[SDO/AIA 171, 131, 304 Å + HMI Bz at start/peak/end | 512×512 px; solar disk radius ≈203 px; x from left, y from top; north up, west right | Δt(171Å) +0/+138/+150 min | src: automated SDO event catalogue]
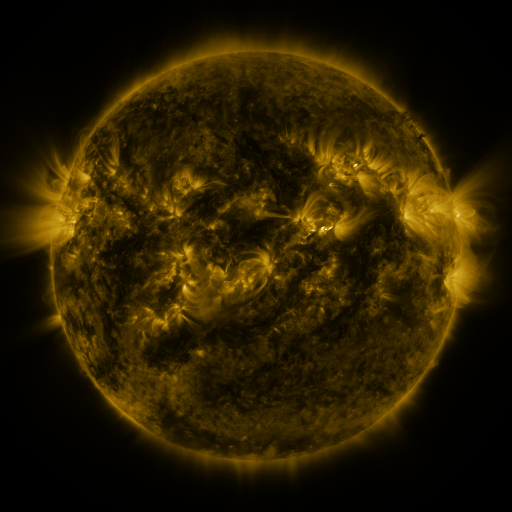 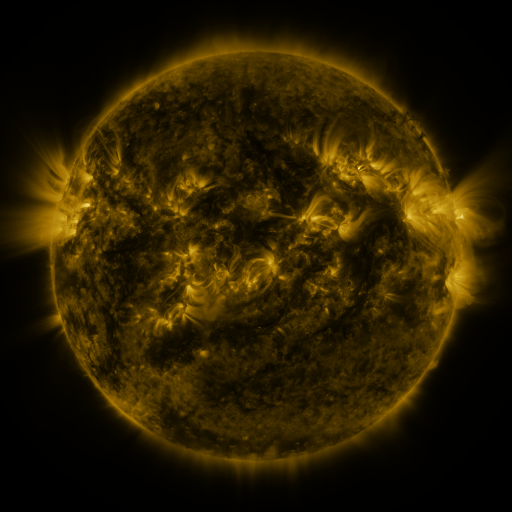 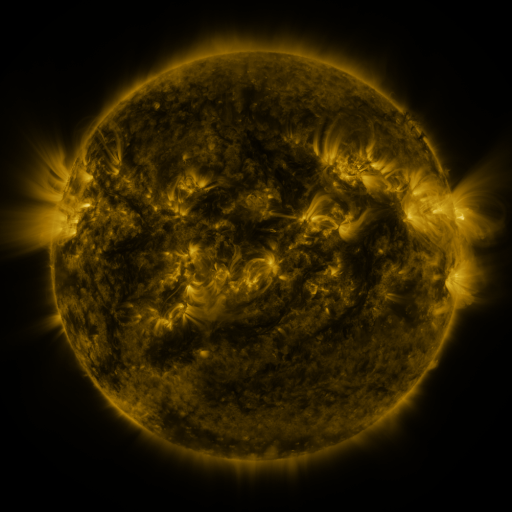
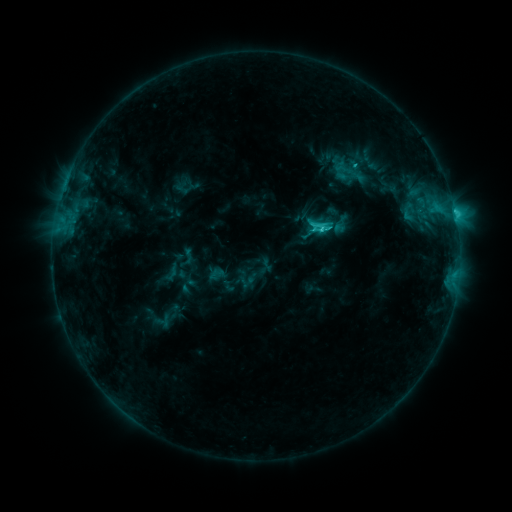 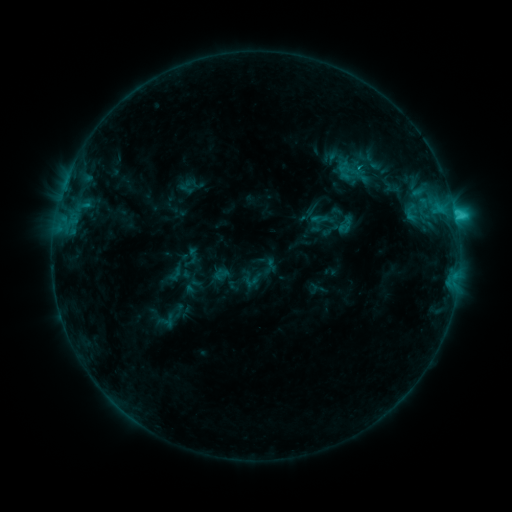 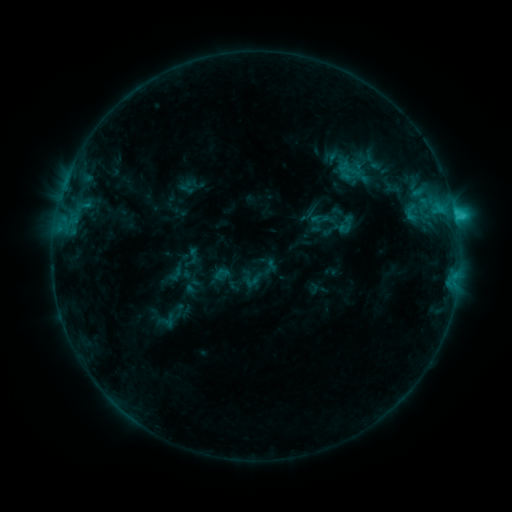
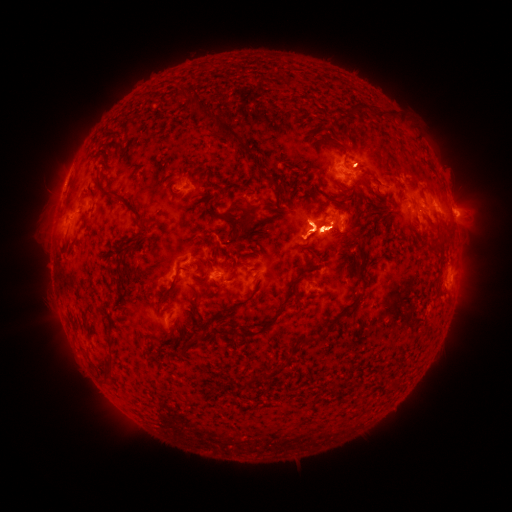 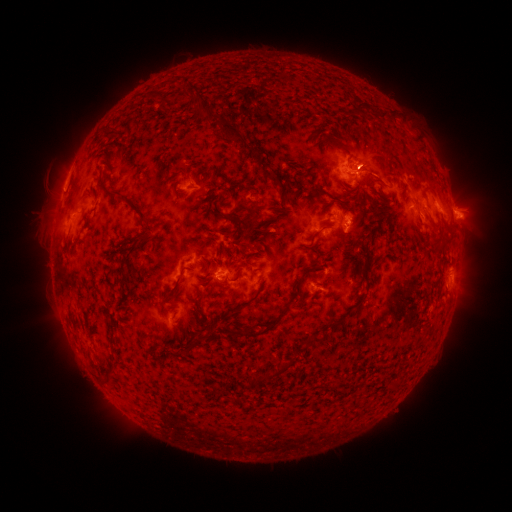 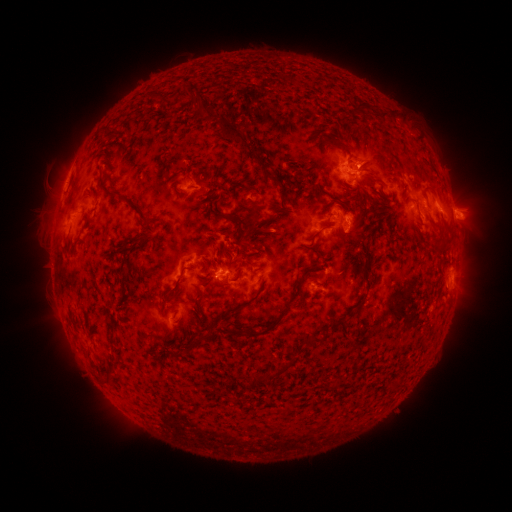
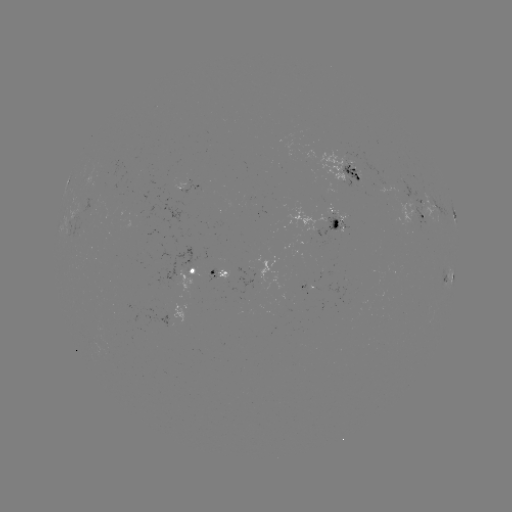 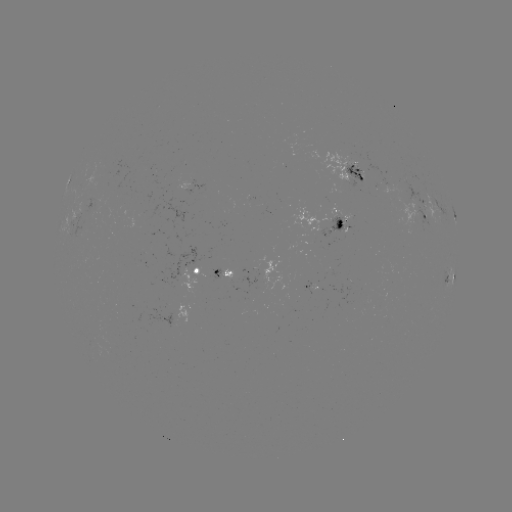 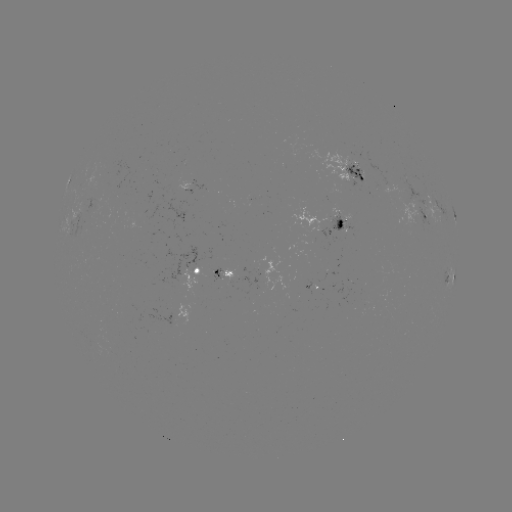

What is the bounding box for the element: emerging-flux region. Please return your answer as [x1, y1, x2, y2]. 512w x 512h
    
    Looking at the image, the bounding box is [84, 198, 93, 216].